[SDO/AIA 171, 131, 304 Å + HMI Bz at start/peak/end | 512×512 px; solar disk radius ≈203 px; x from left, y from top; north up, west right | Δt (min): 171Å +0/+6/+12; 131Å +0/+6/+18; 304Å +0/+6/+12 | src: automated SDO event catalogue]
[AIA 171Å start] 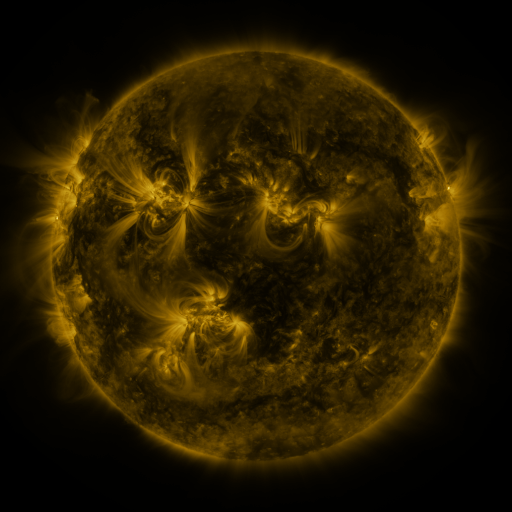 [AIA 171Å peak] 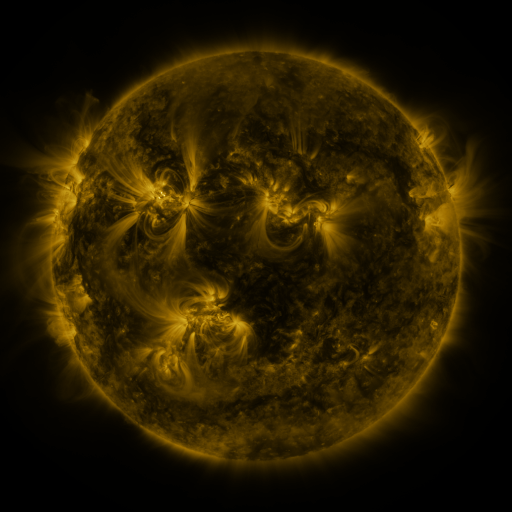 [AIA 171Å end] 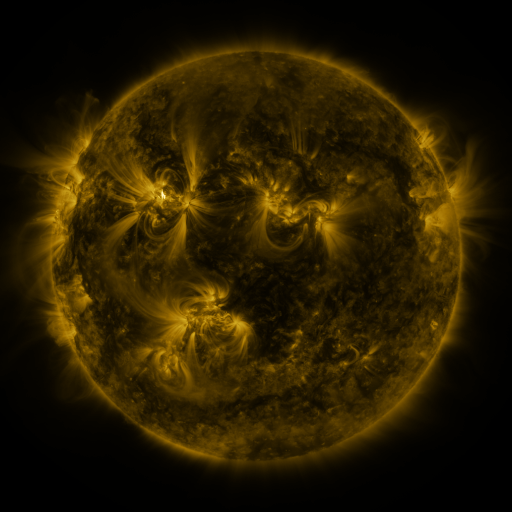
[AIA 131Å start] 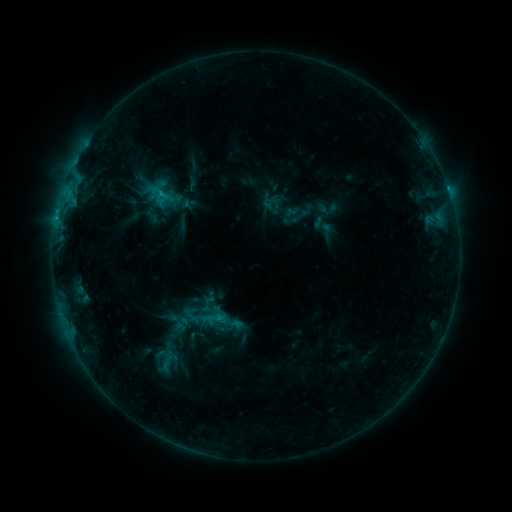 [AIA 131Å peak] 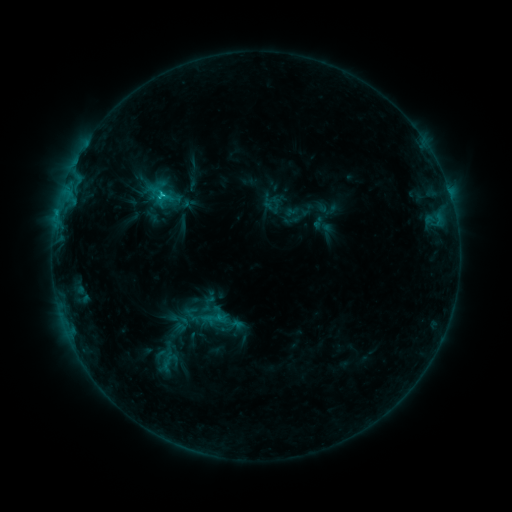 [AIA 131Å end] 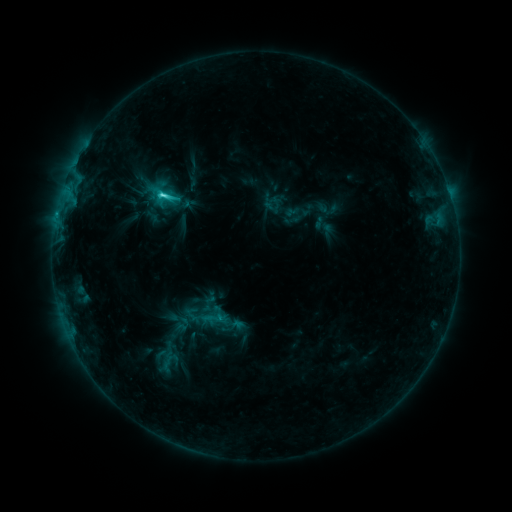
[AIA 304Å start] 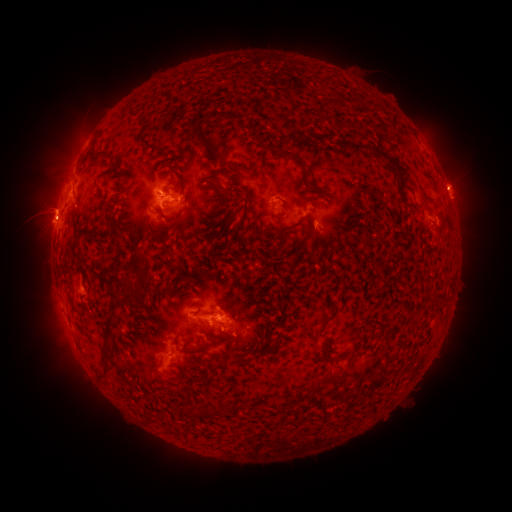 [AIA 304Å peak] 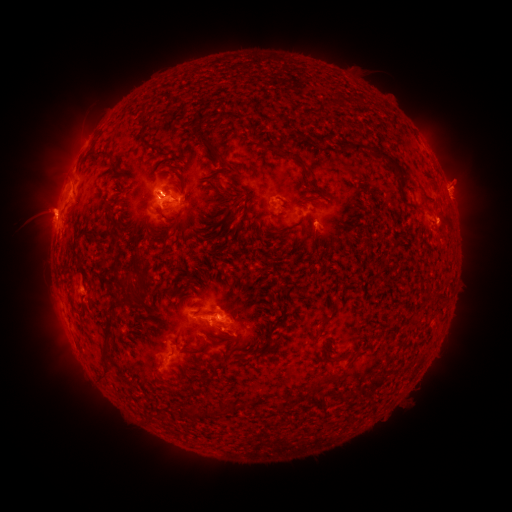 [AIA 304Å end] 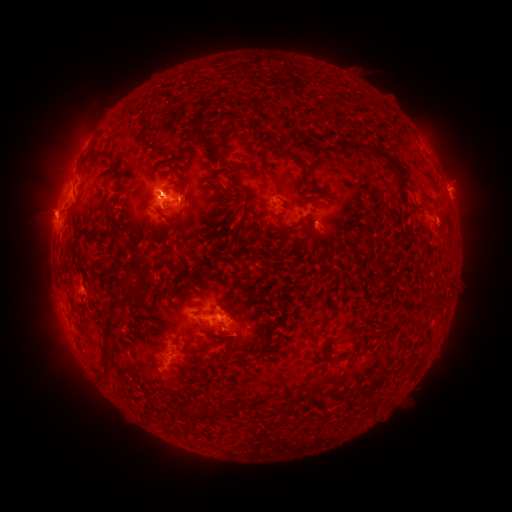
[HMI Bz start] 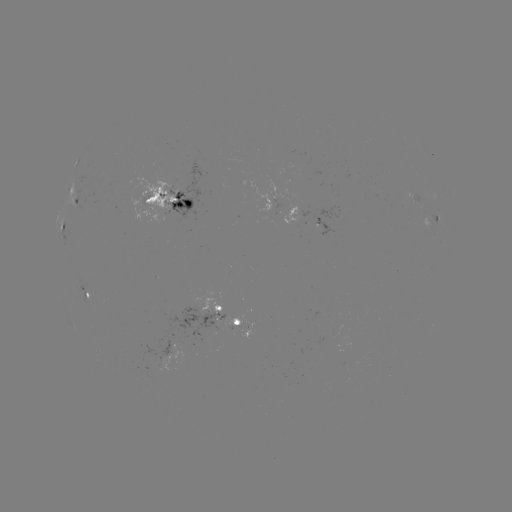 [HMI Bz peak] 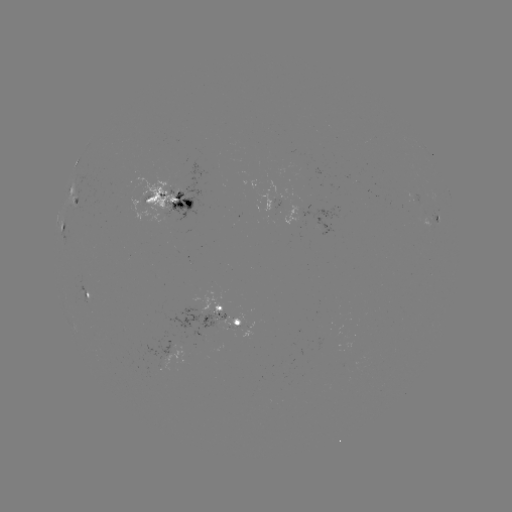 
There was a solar flare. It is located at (163, 197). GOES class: C8.8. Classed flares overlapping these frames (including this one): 1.